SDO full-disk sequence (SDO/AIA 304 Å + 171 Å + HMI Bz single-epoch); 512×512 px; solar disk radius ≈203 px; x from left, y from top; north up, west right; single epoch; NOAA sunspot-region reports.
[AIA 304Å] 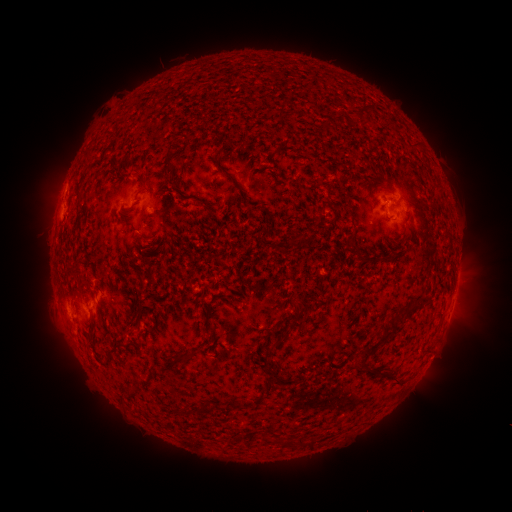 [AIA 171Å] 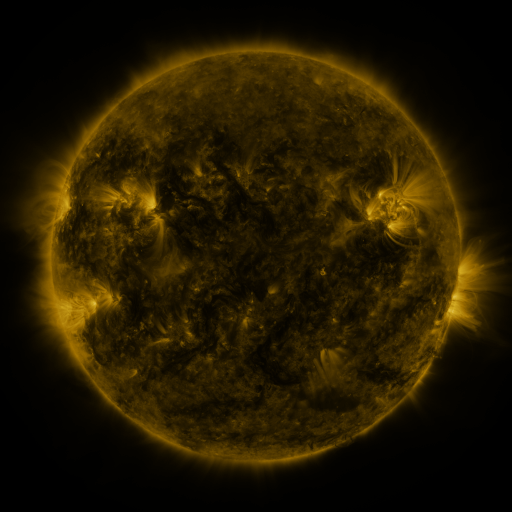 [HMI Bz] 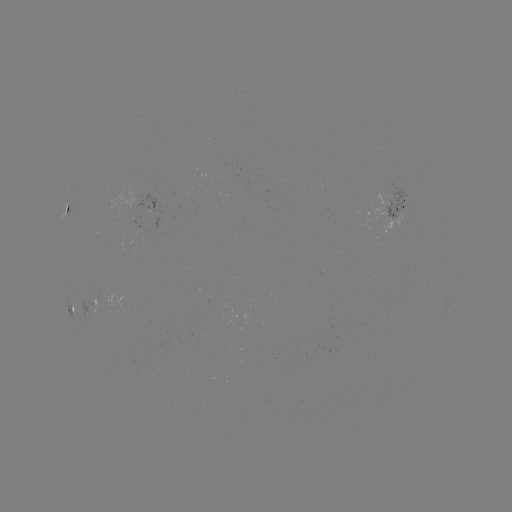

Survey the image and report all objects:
spotted active region: (396, 203)
spotted active region: (72, 210)
spotted active region: (155, 216)
spotted active region: (142, 227)
spotted active region: (75, 308)
